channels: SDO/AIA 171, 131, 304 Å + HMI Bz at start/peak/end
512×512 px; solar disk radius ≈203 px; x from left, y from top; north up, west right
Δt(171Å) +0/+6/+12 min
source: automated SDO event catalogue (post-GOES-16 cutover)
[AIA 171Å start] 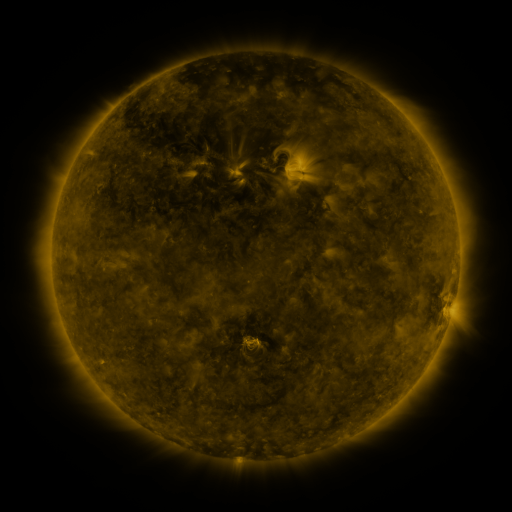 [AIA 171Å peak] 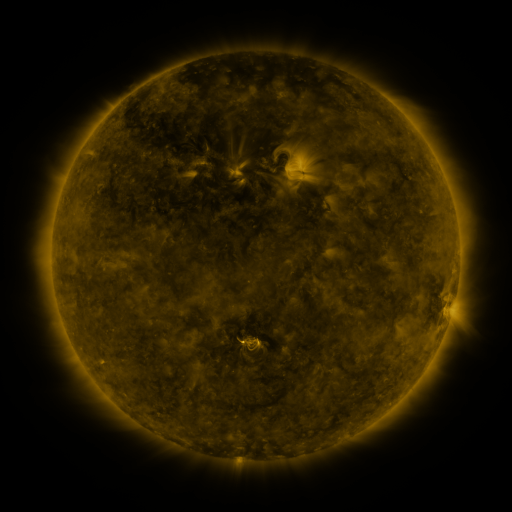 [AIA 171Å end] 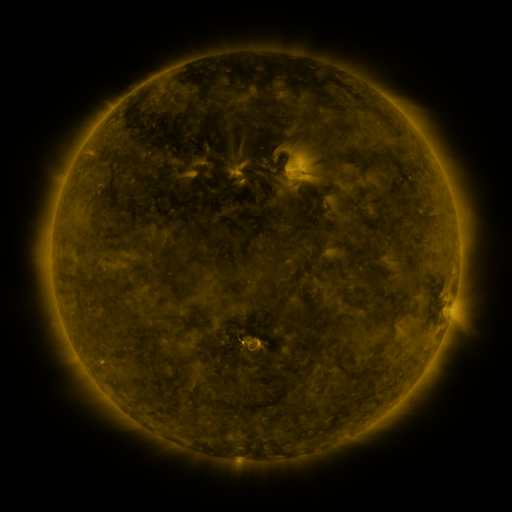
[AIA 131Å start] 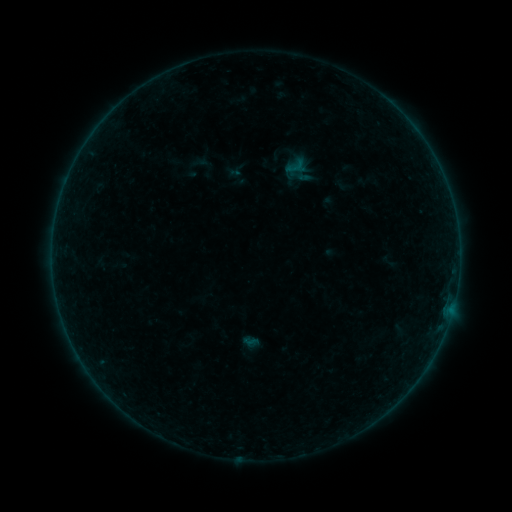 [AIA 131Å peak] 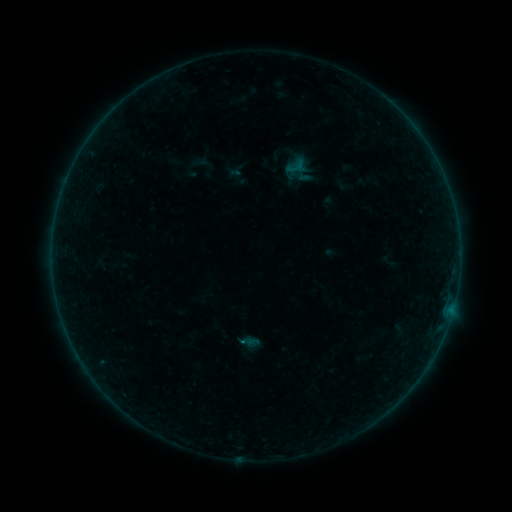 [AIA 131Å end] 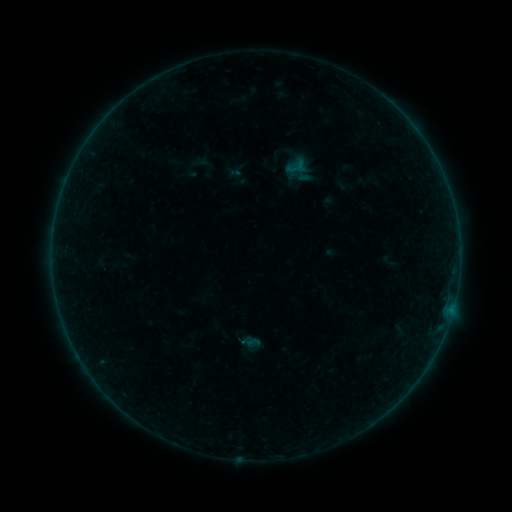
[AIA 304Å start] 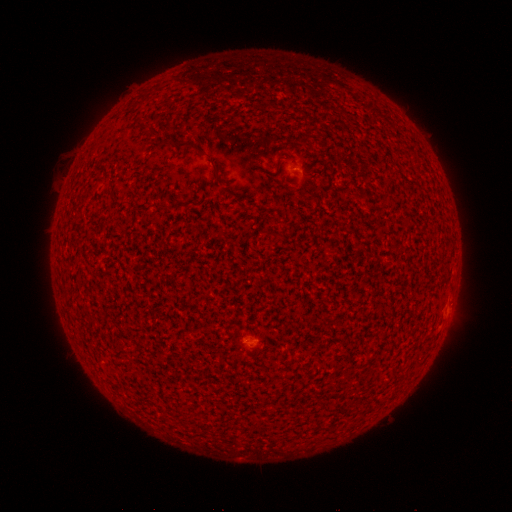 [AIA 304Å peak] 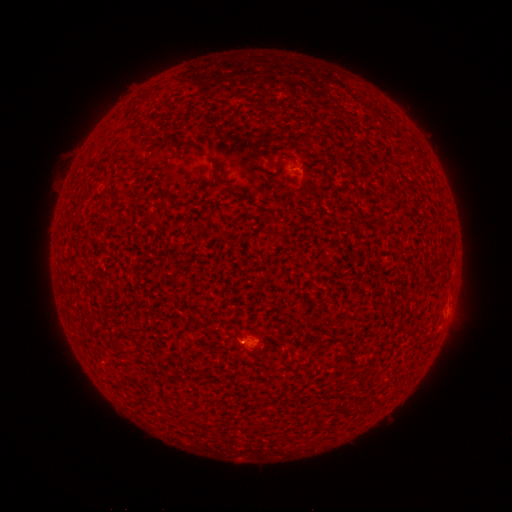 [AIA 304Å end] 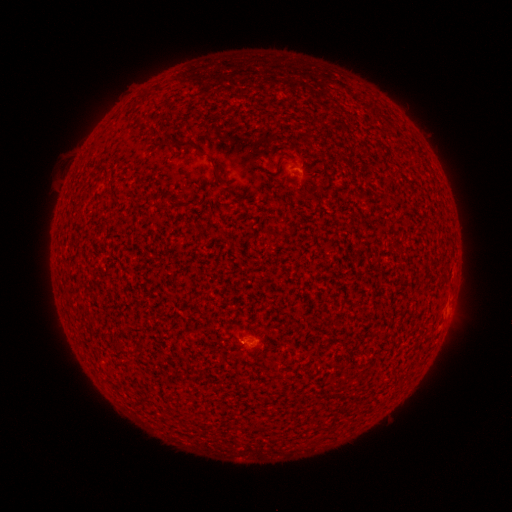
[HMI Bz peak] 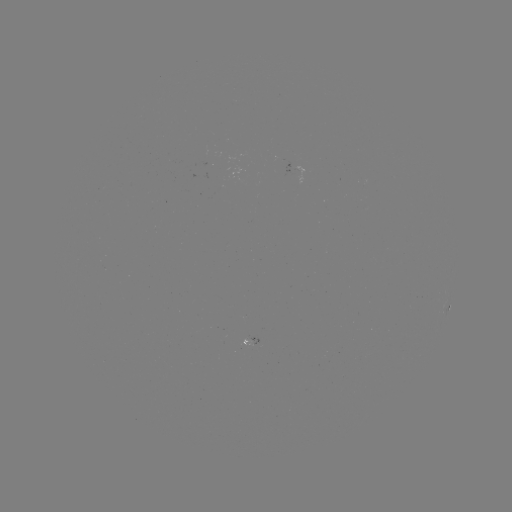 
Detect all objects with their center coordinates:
A5.2 flare: (242, 342)
